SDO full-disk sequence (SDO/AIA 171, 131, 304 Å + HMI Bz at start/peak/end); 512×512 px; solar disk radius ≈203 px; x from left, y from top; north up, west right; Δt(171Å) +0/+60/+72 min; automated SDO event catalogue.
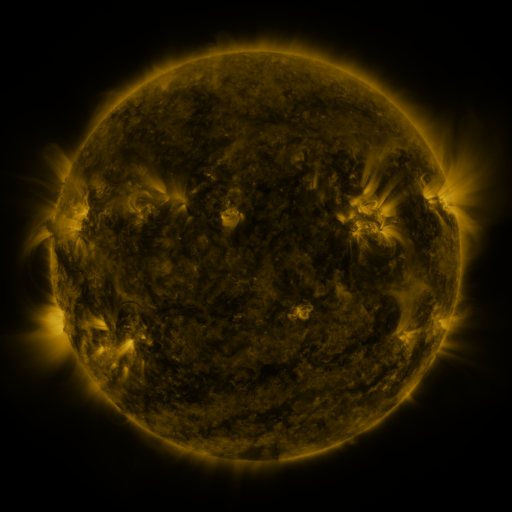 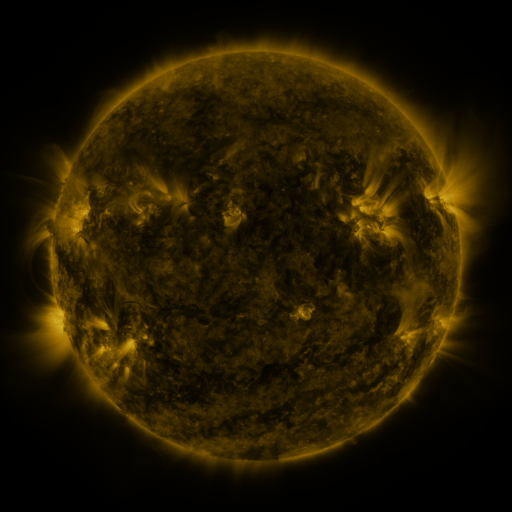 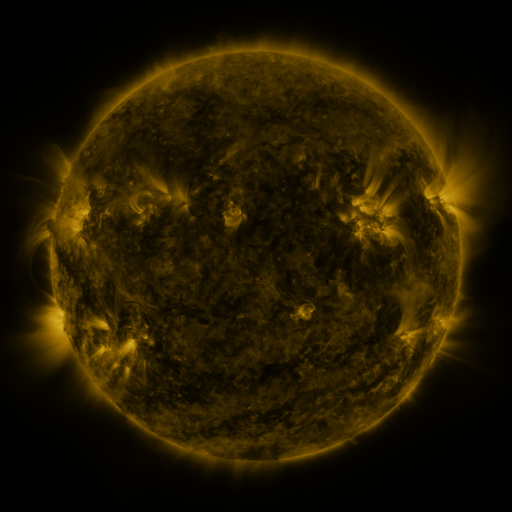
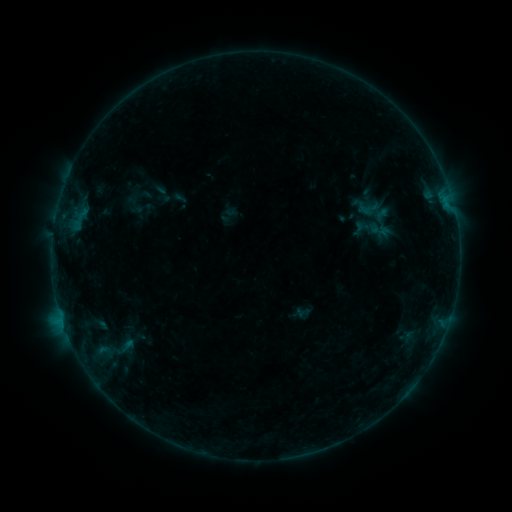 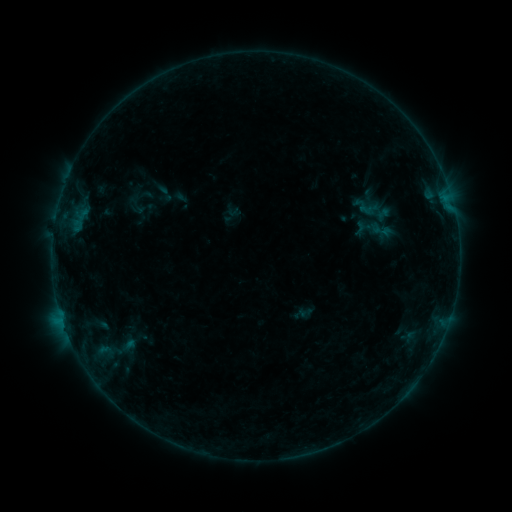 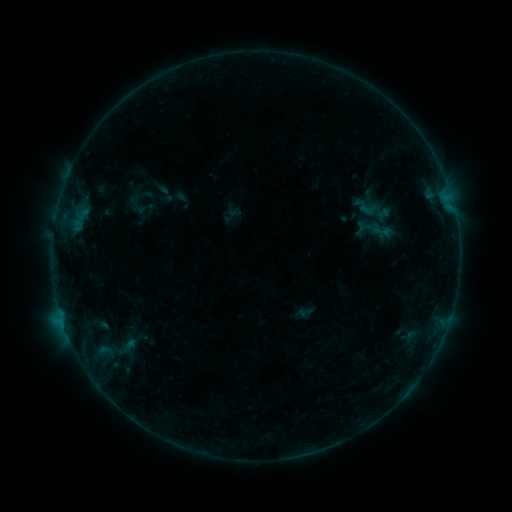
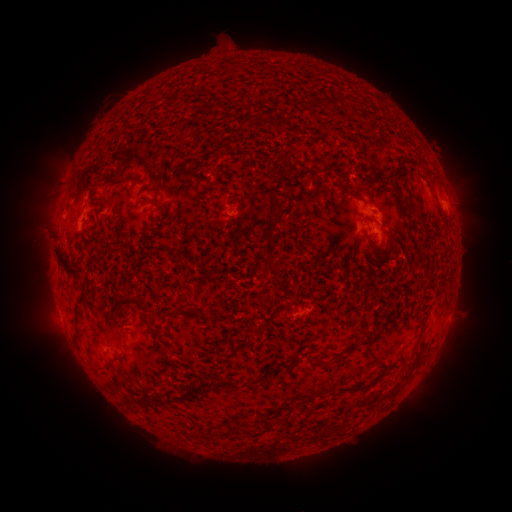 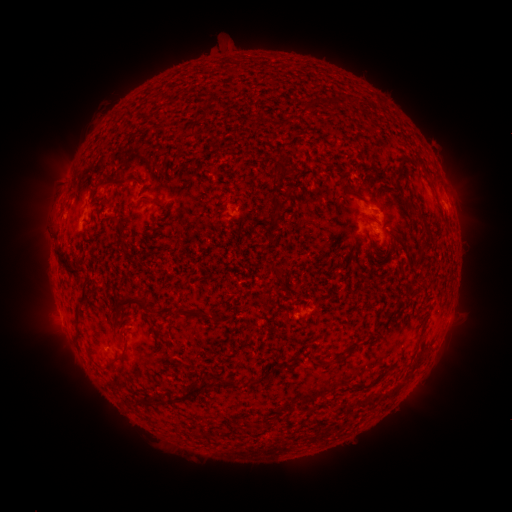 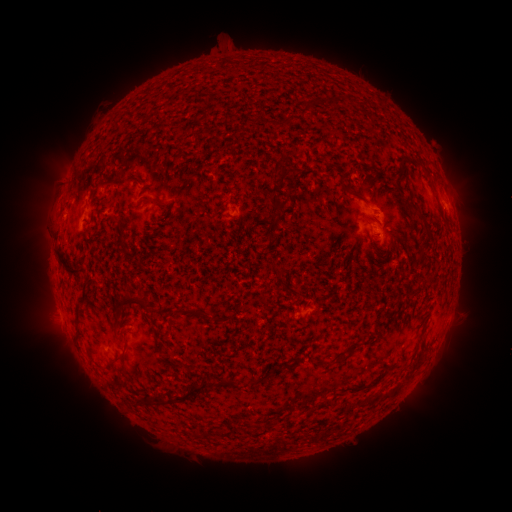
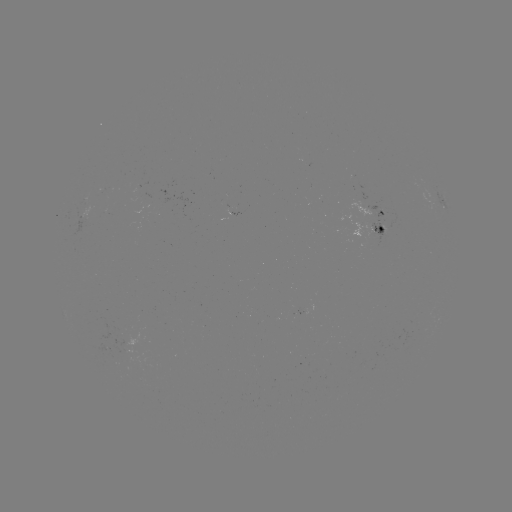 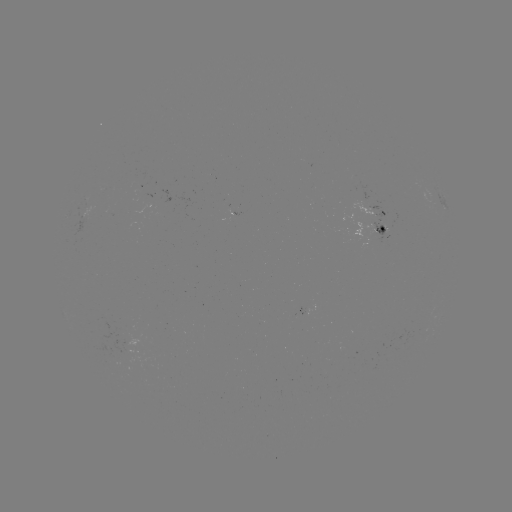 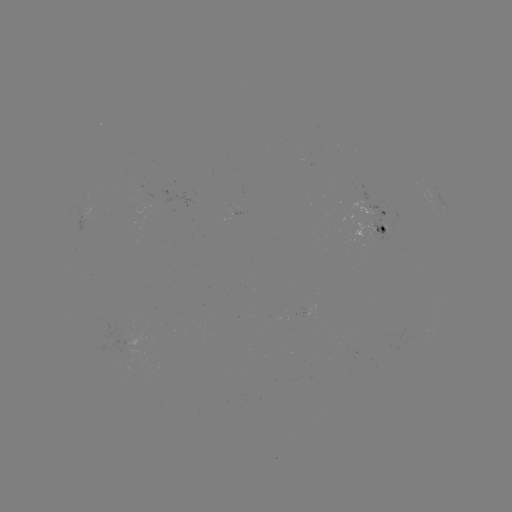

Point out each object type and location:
emerging-flux region: (123, 345)
